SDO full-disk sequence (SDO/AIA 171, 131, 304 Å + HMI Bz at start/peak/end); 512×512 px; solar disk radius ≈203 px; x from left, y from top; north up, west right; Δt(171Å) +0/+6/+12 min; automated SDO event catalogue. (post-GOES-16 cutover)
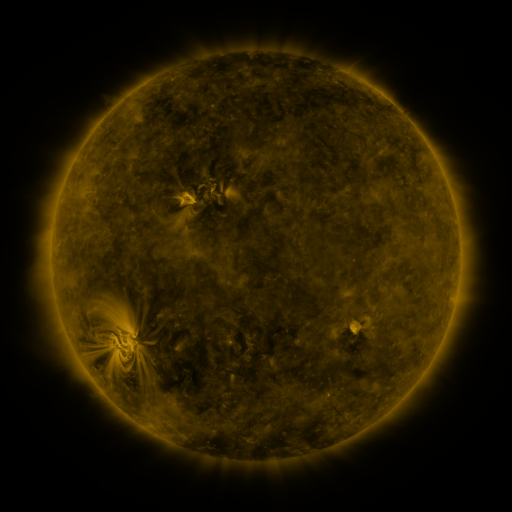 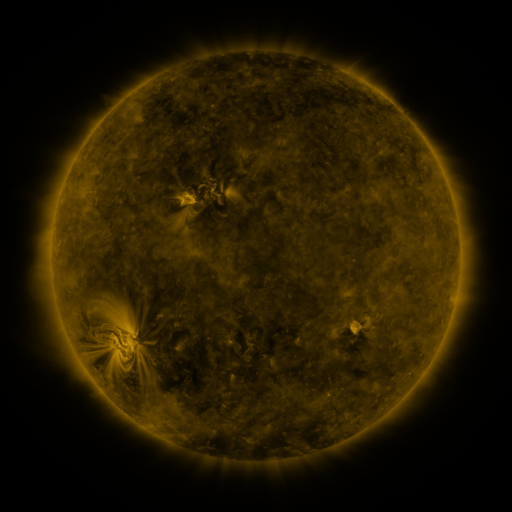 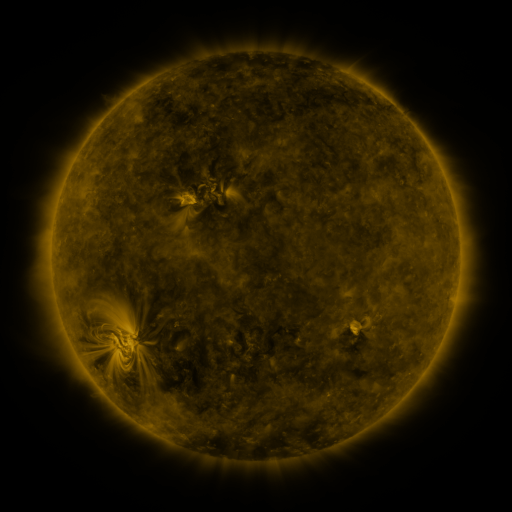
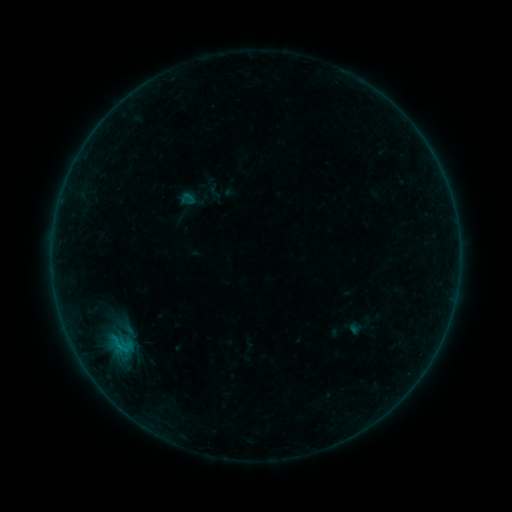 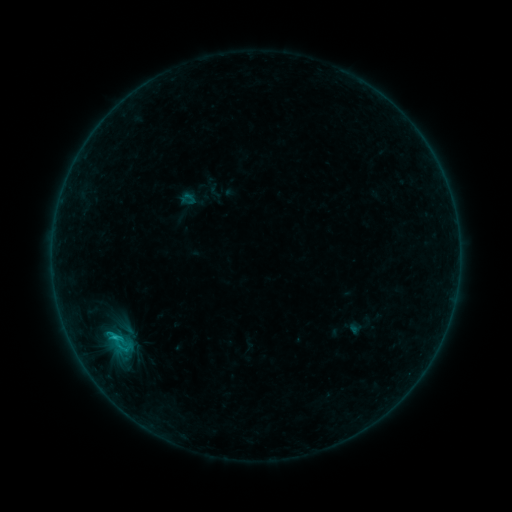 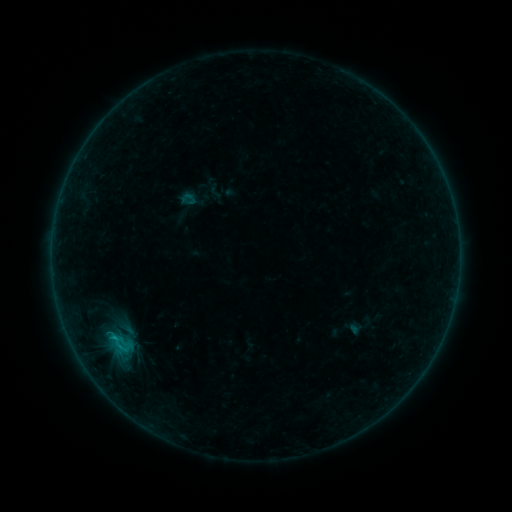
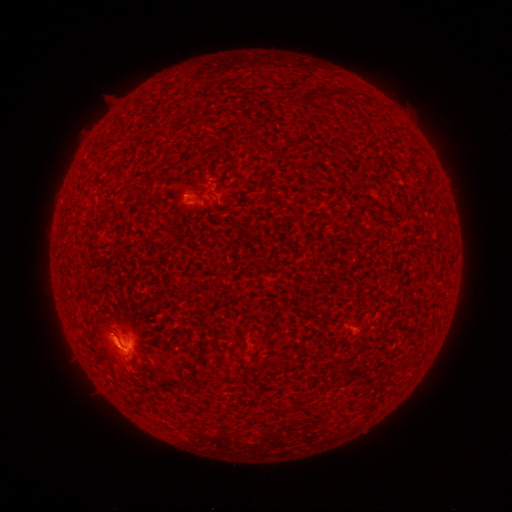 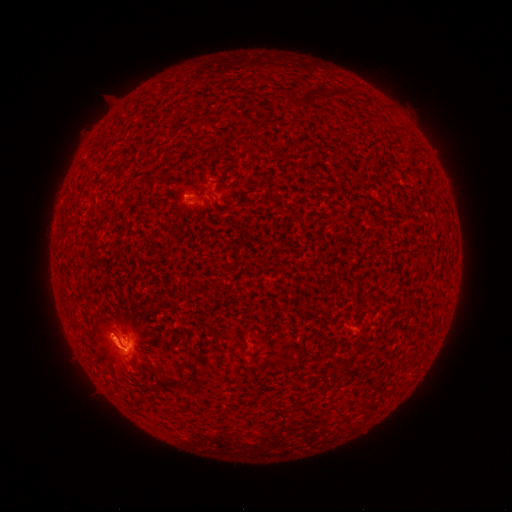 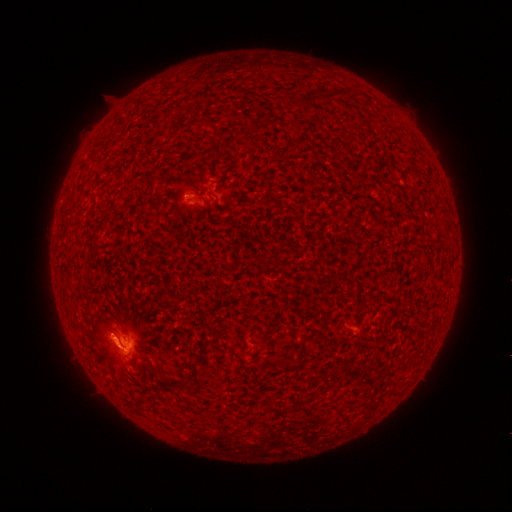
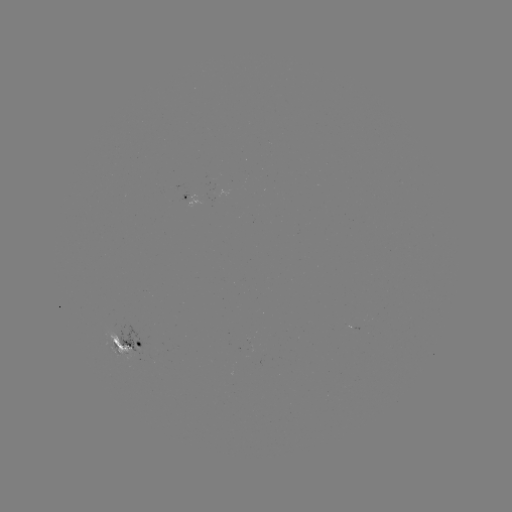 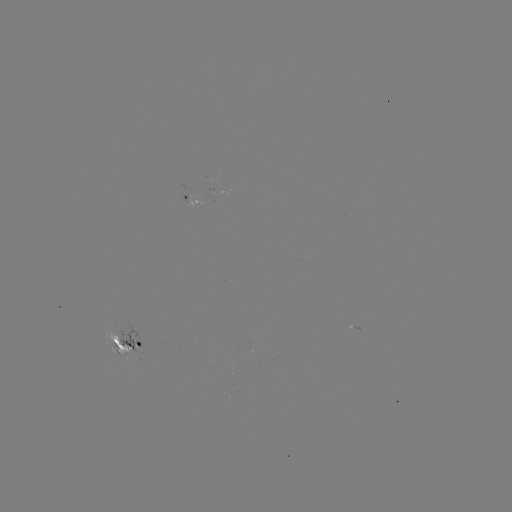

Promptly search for C1.0 flare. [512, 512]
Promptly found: [116, 337].